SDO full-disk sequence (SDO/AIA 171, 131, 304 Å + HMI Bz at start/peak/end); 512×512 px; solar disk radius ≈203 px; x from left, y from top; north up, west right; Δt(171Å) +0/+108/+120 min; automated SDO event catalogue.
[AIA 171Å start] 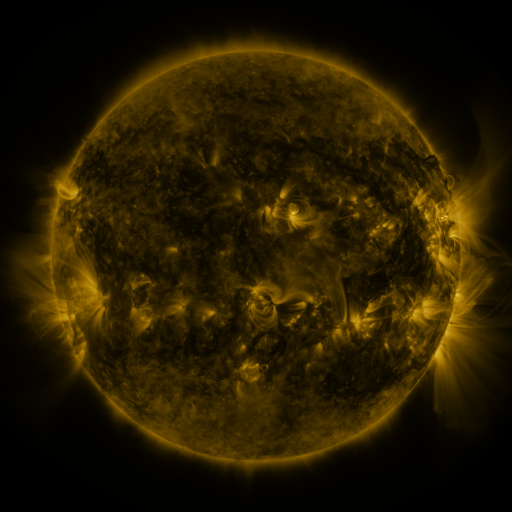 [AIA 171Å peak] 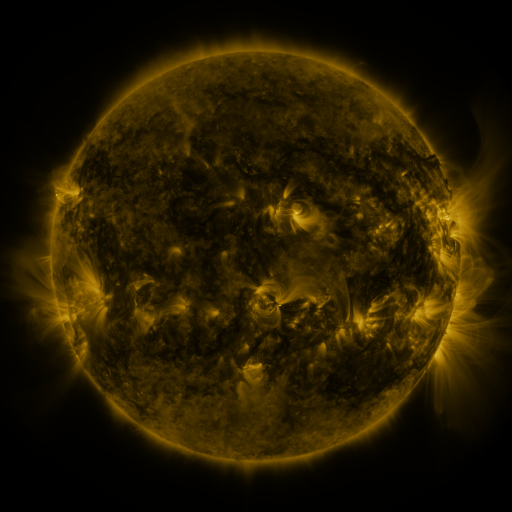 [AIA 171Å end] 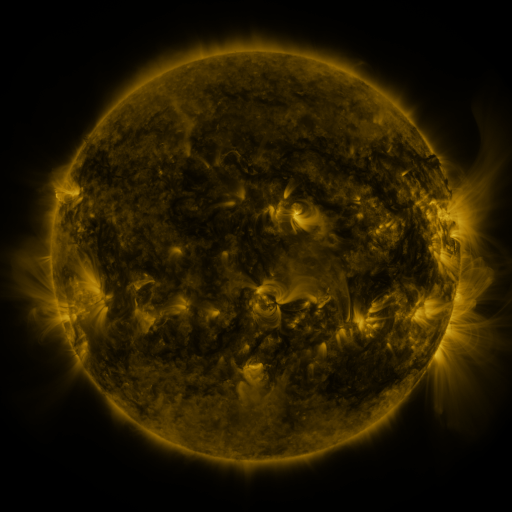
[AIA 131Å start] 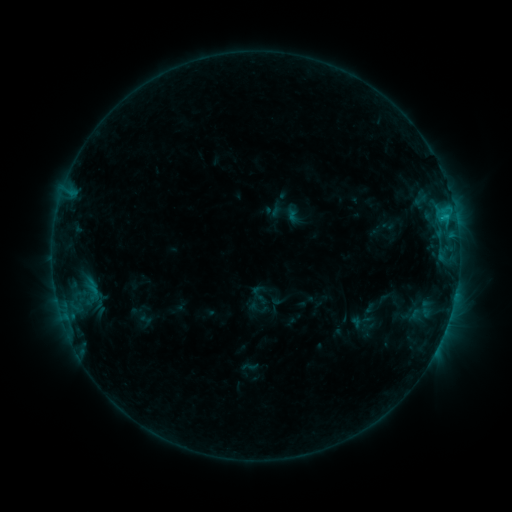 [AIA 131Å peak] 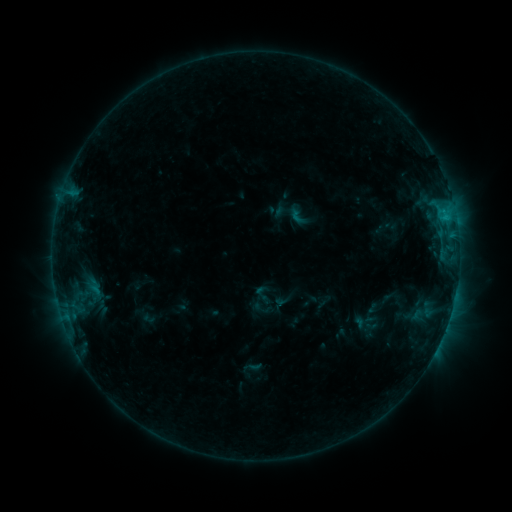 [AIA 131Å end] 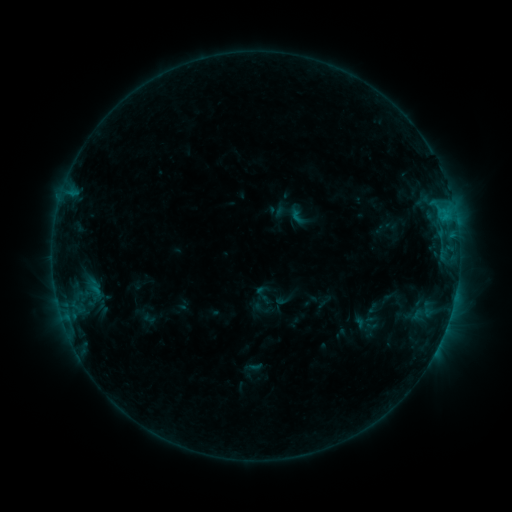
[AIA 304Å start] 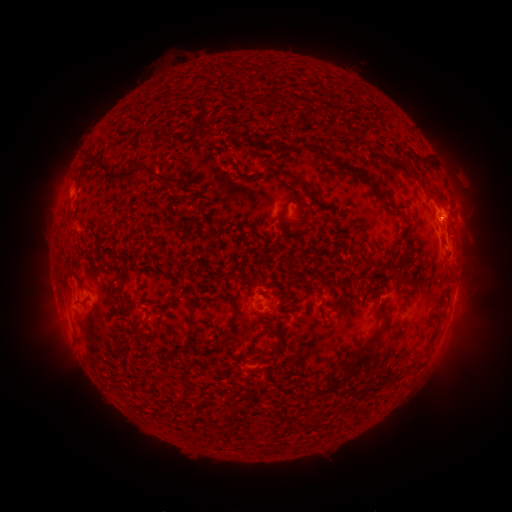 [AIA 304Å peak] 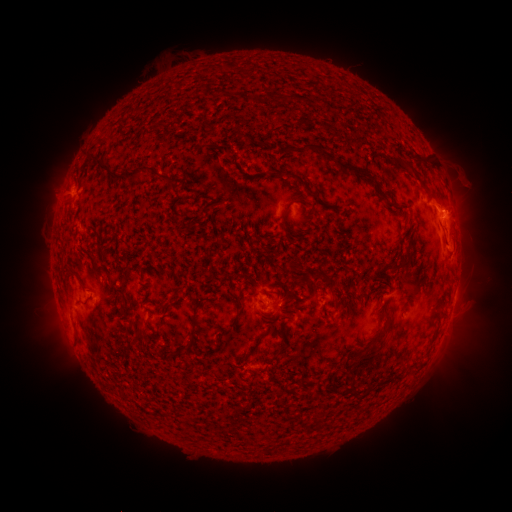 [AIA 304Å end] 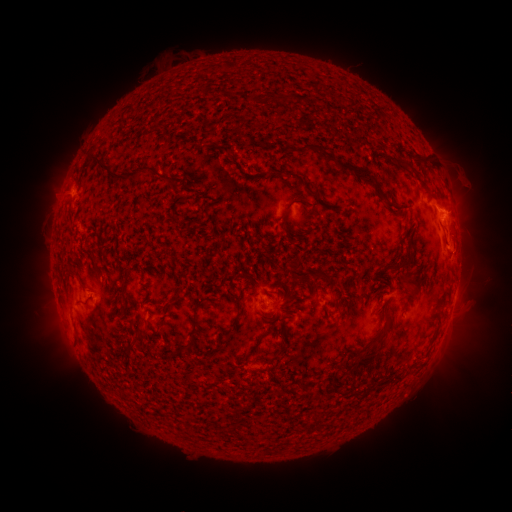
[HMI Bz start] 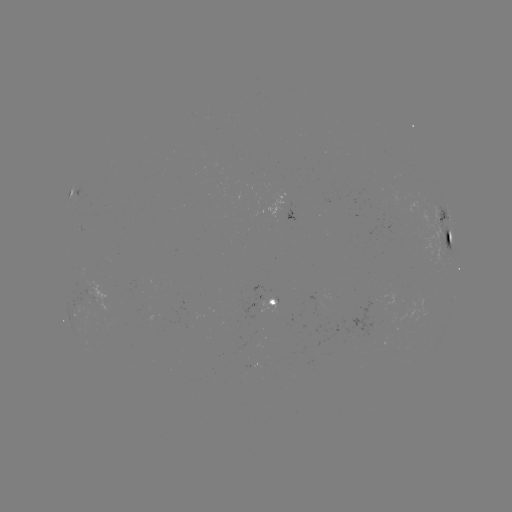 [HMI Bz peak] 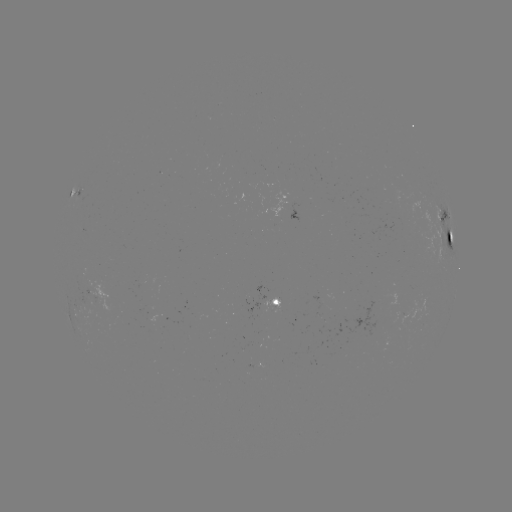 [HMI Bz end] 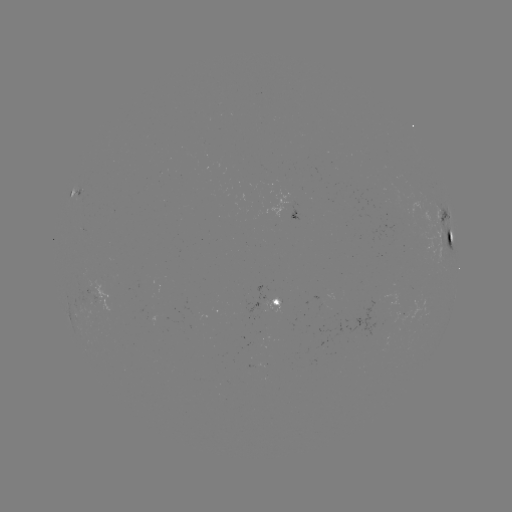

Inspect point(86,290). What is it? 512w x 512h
emerging-flux region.